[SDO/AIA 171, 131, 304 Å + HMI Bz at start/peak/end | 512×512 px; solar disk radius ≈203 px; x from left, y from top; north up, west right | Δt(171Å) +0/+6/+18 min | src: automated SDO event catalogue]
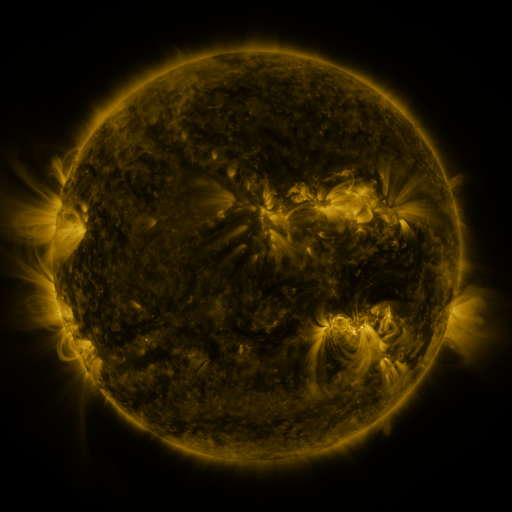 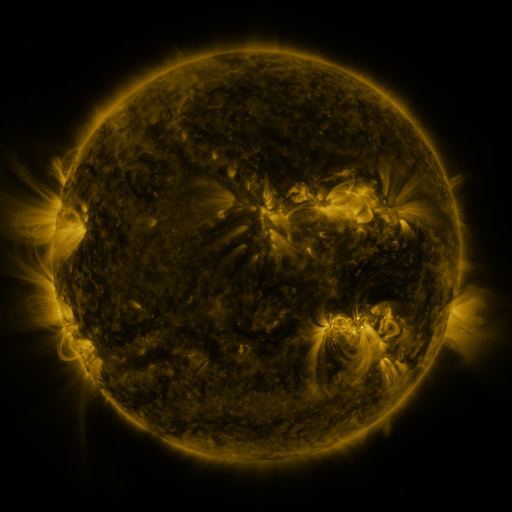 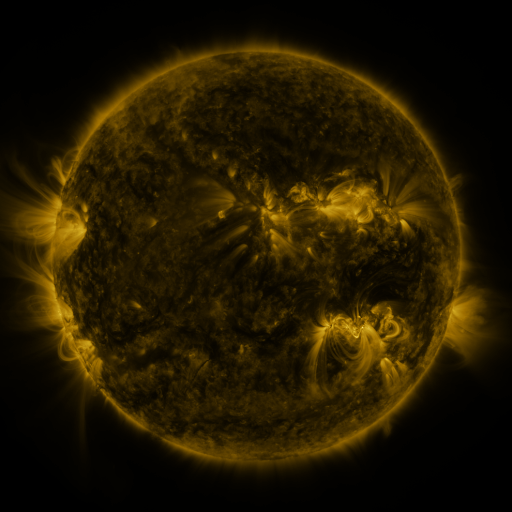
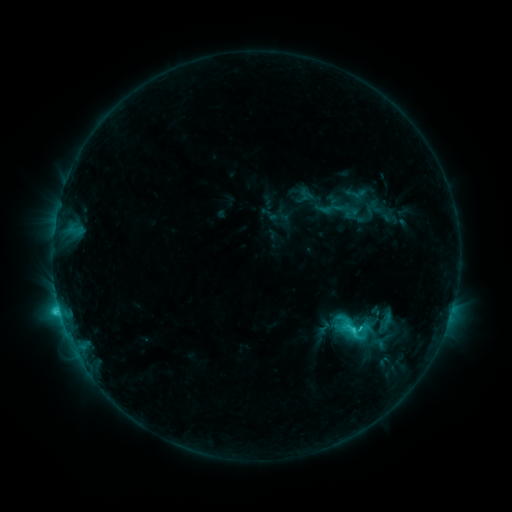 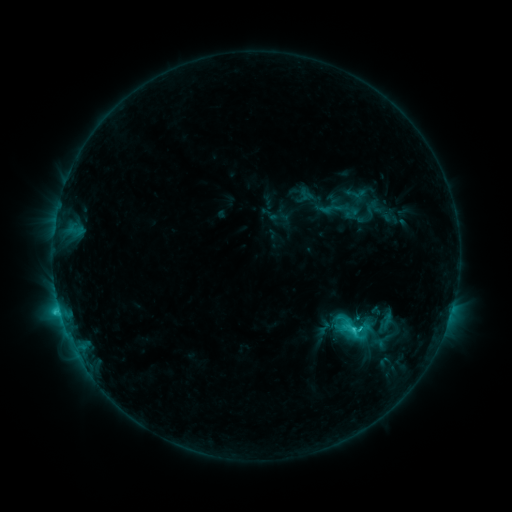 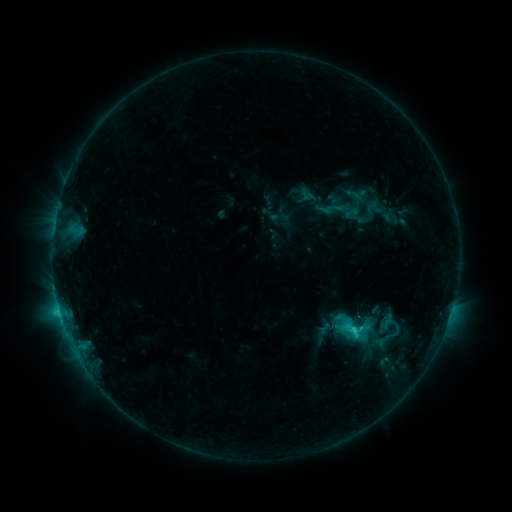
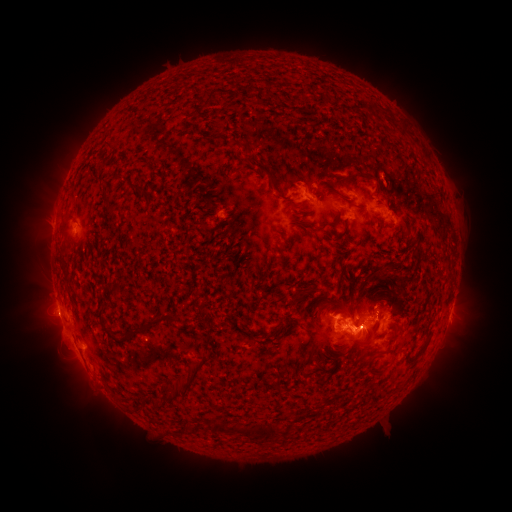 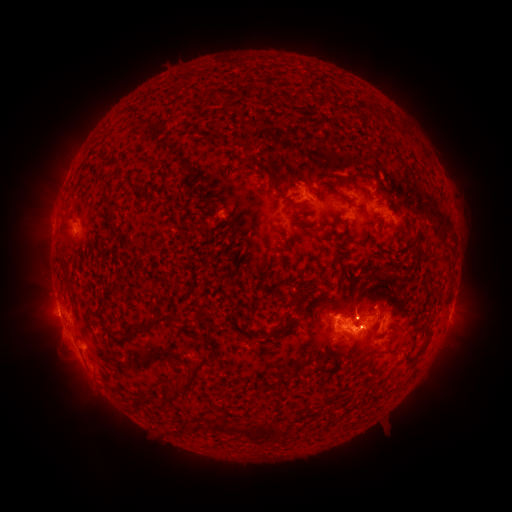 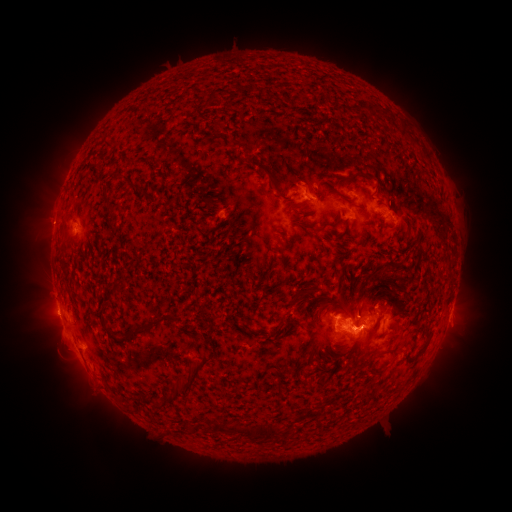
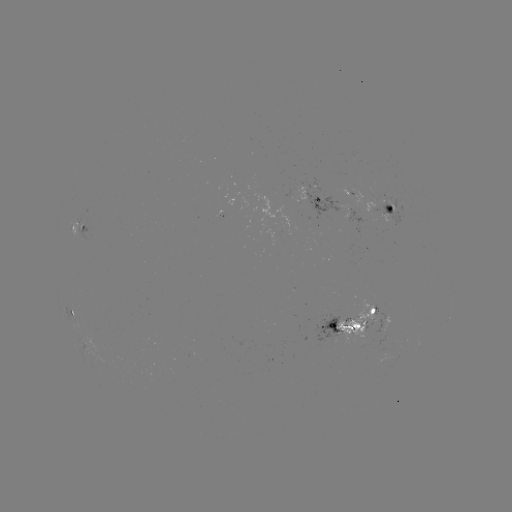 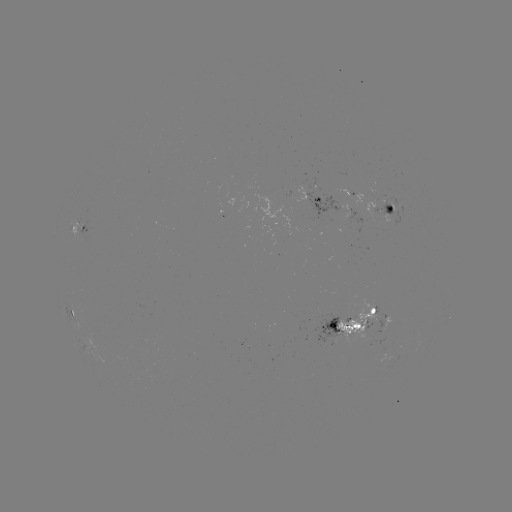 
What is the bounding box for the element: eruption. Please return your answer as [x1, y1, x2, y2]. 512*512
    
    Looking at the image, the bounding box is [341, 281, 379, 323].